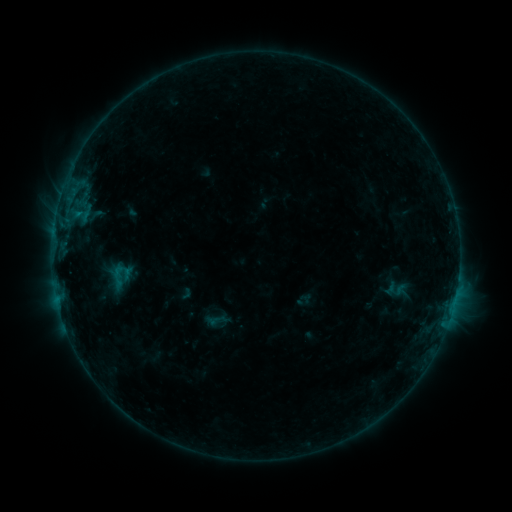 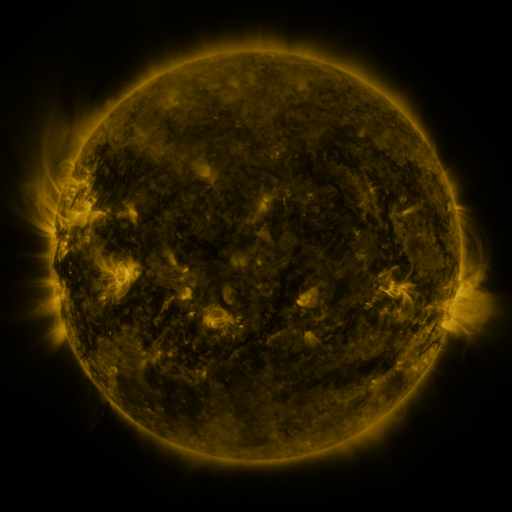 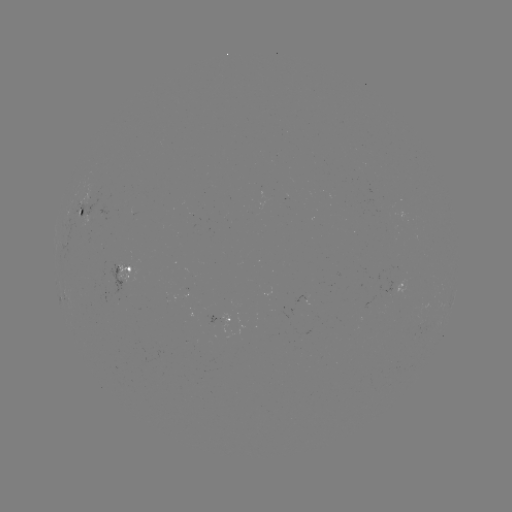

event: sigmoid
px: (118, 276)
